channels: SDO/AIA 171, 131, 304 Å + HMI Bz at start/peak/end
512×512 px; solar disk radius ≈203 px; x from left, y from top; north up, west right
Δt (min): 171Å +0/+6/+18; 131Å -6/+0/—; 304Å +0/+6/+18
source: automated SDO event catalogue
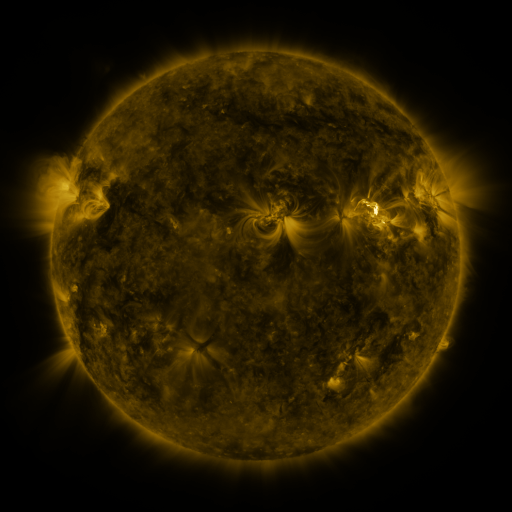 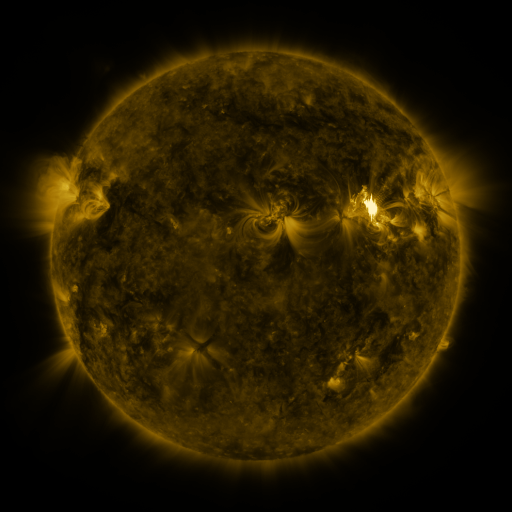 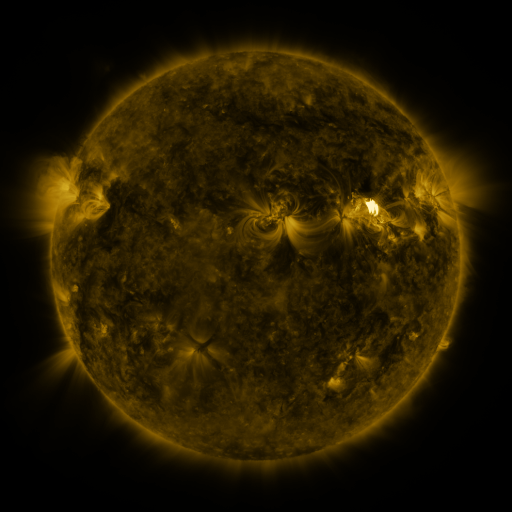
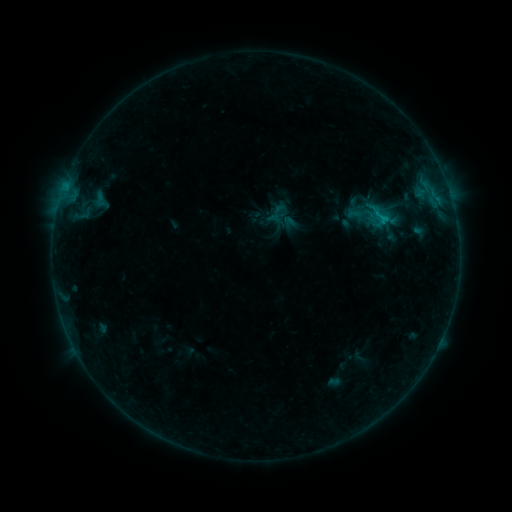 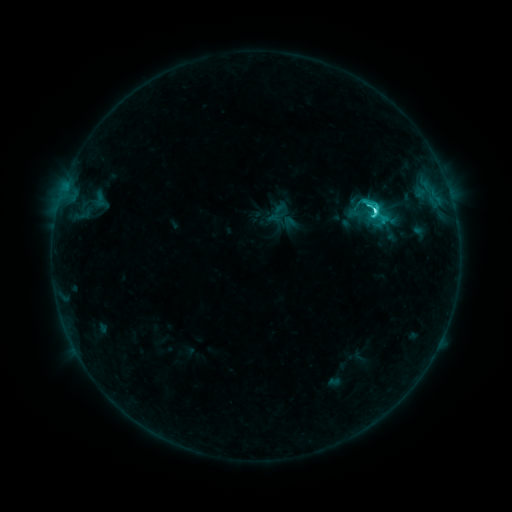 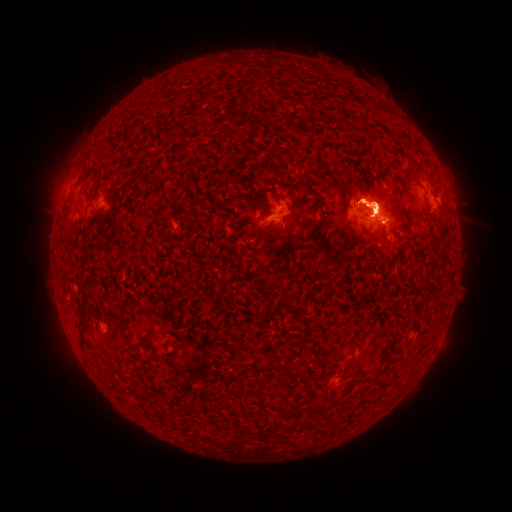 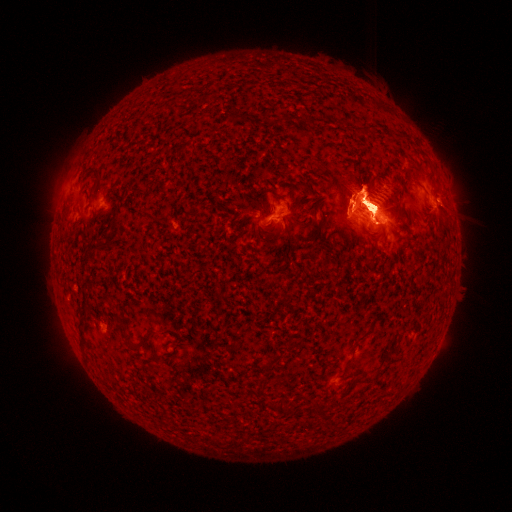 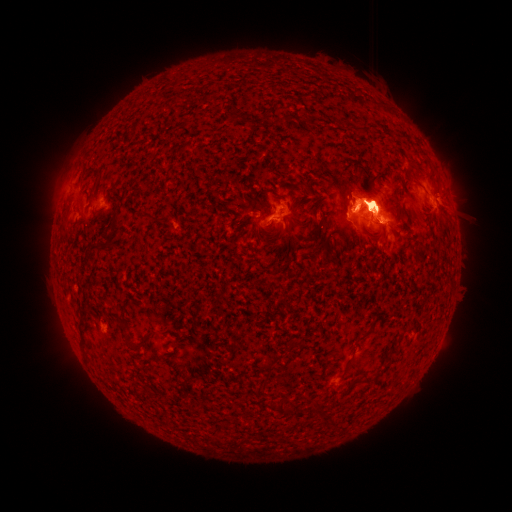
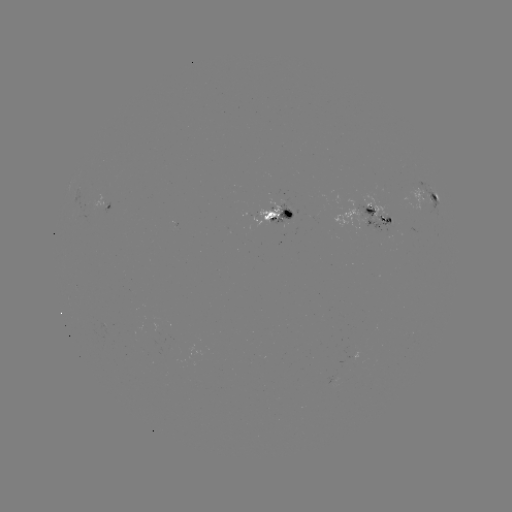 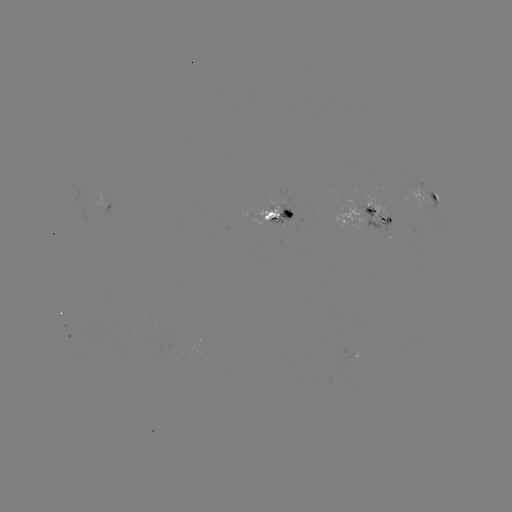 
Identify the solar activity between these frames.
eruption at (283, 235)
